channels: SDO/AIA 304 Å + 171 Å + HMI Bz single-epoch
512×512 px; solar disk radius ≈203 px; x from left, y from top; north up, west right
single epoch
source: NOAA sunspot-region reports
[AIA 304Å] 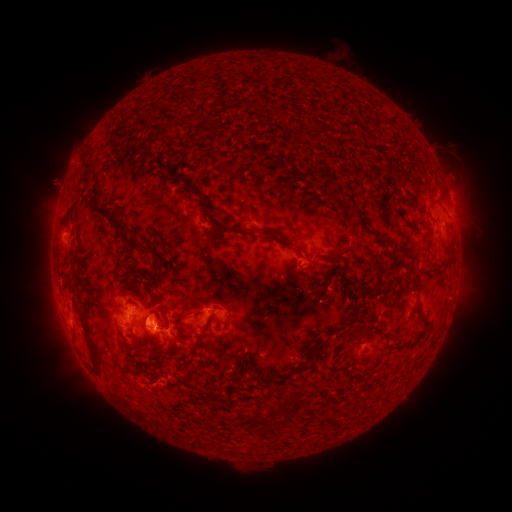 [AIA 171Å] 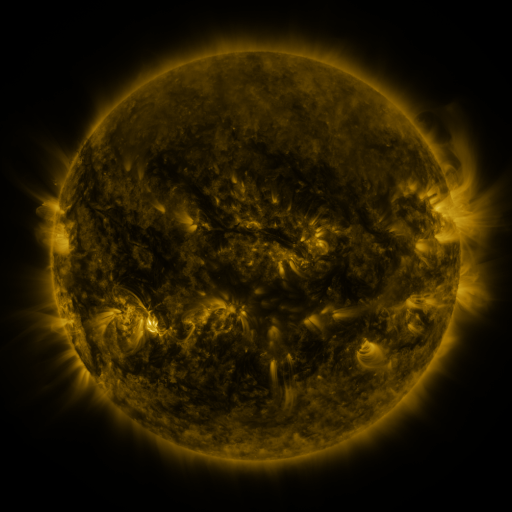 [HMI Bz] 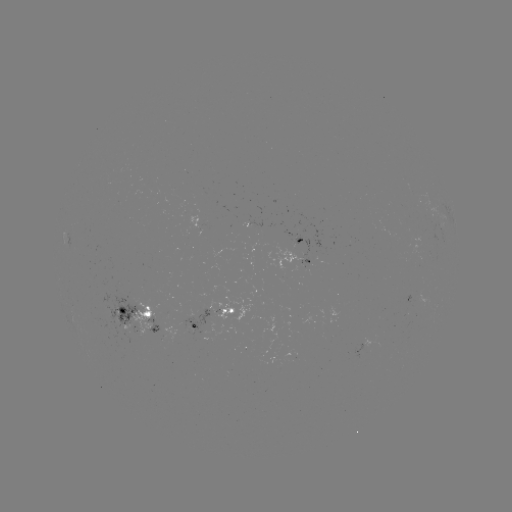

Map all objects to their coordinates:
spotted active region: (452, 202)
spotted active region: (301, 241)
spotted active region: (308, 262)
spotted active region: (138, 314)
spotted active region: (217, 315)
spotted active region: (175, 330)
